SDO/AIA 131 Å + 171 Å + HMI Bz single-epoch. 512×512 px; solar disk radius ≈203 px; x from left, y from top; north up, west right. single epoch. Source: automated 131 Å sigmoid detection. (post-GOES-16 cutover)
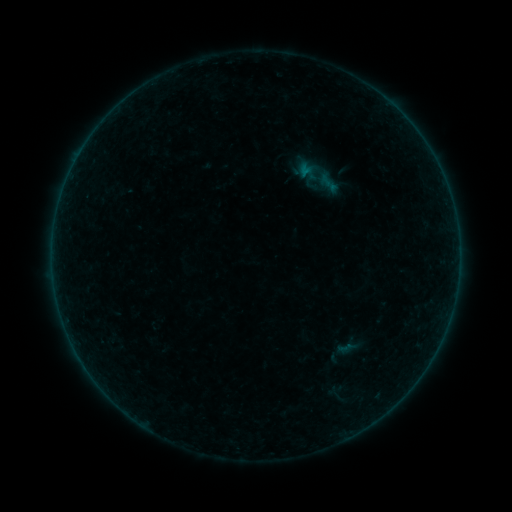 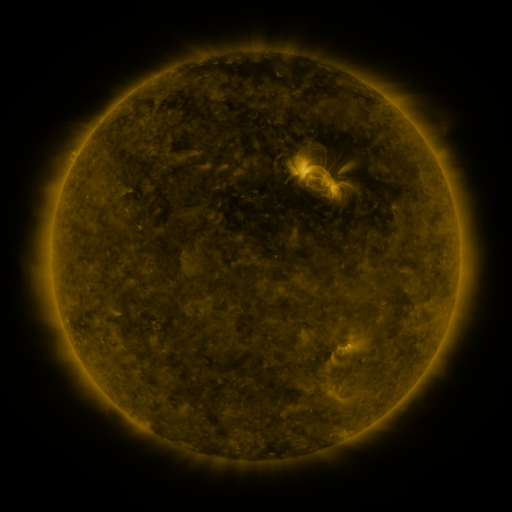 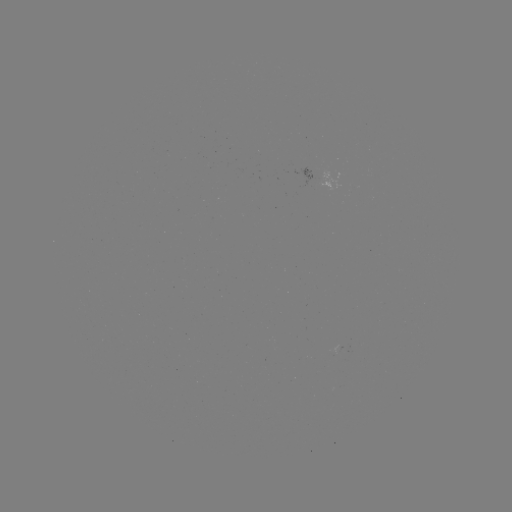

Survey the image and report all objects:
sigmoid: <bbox>328, 386, 345, 404</bbox>
